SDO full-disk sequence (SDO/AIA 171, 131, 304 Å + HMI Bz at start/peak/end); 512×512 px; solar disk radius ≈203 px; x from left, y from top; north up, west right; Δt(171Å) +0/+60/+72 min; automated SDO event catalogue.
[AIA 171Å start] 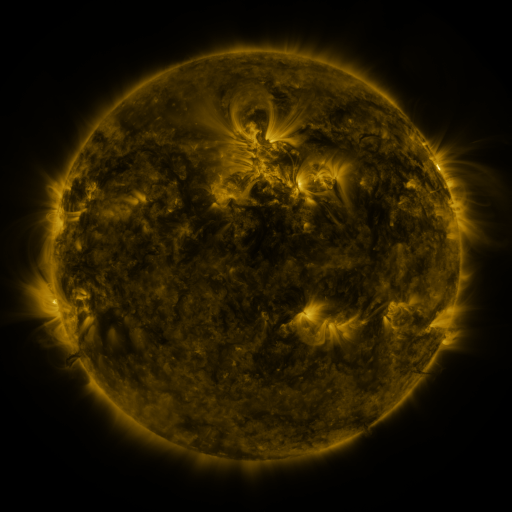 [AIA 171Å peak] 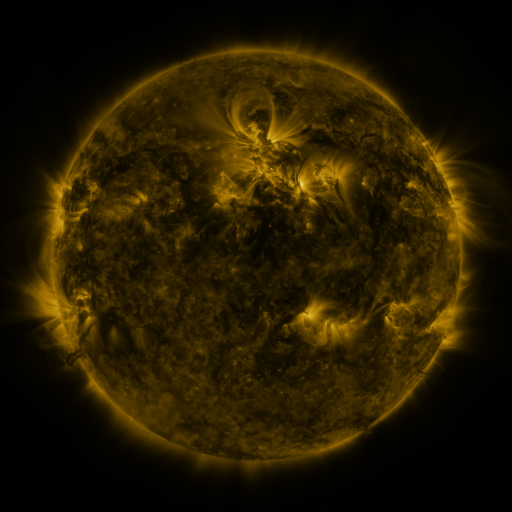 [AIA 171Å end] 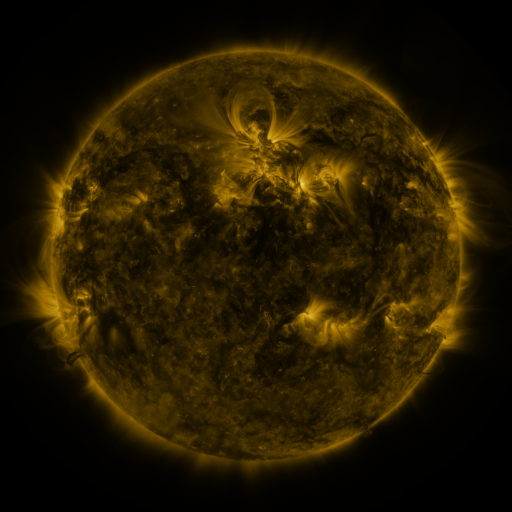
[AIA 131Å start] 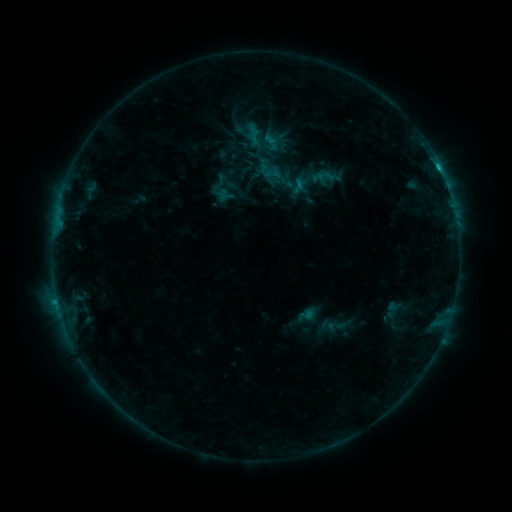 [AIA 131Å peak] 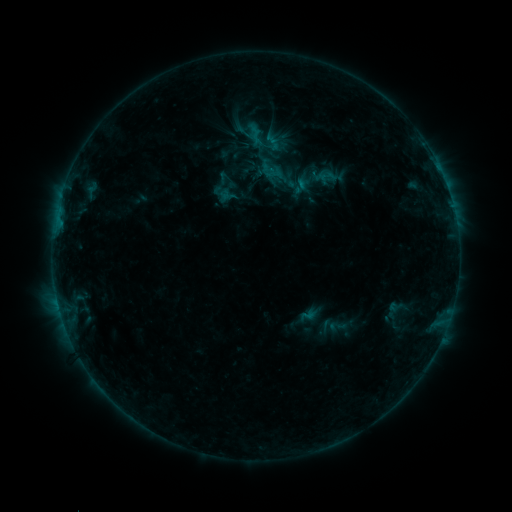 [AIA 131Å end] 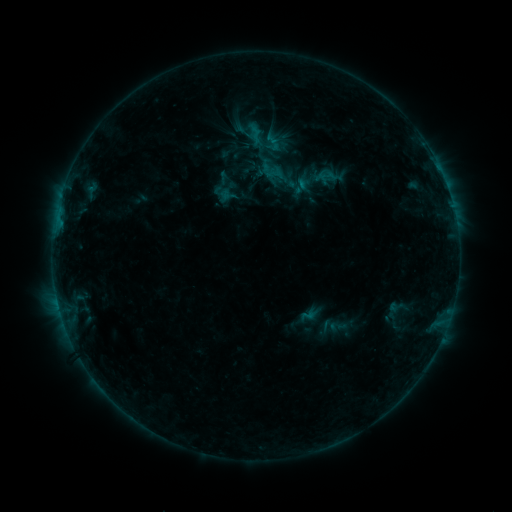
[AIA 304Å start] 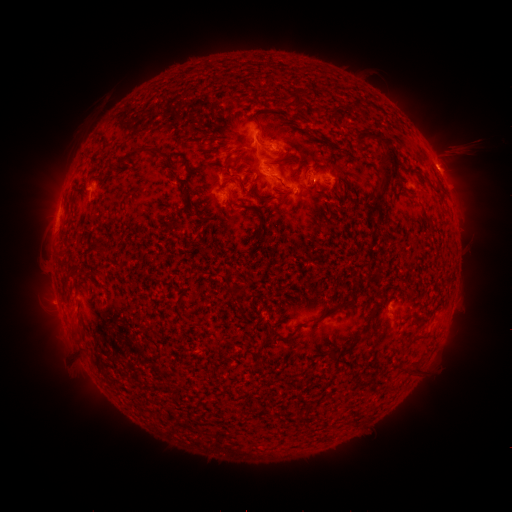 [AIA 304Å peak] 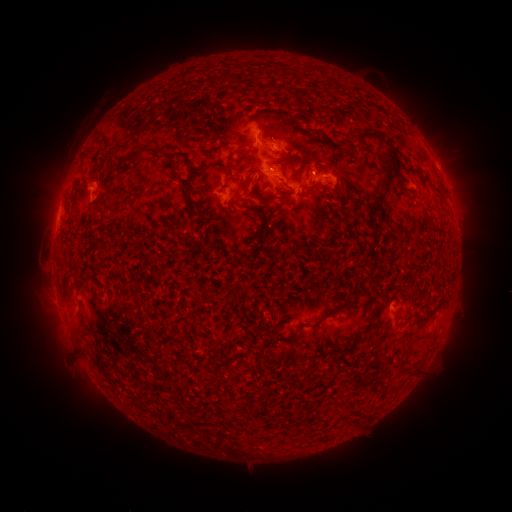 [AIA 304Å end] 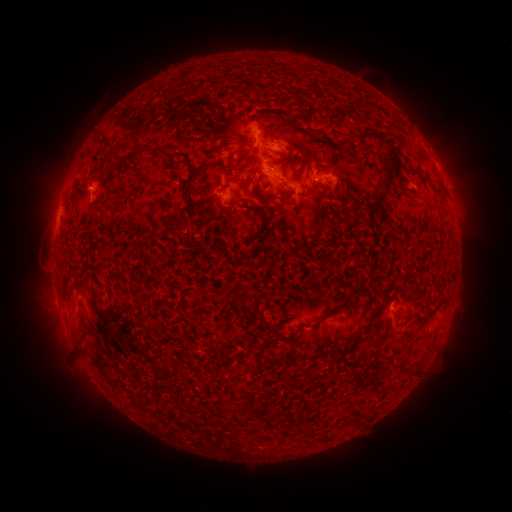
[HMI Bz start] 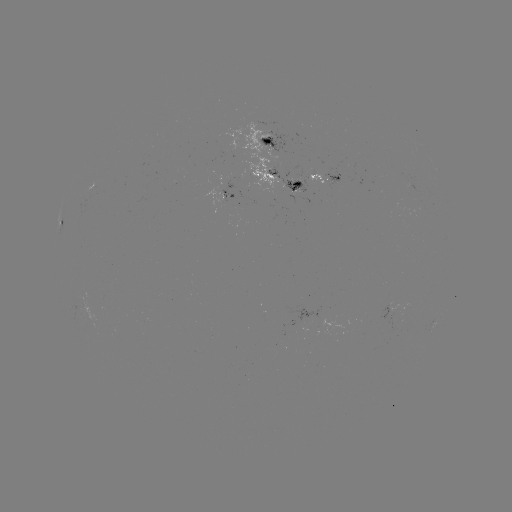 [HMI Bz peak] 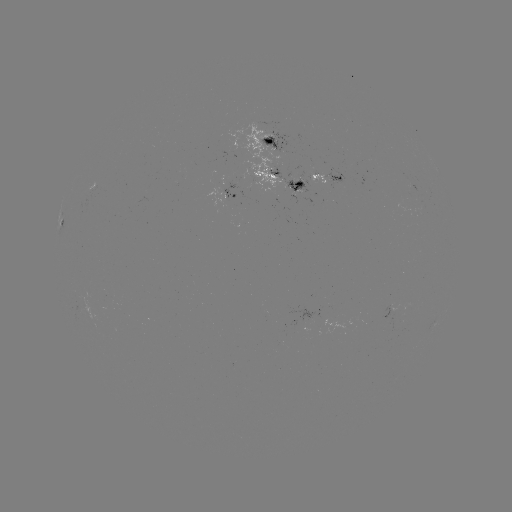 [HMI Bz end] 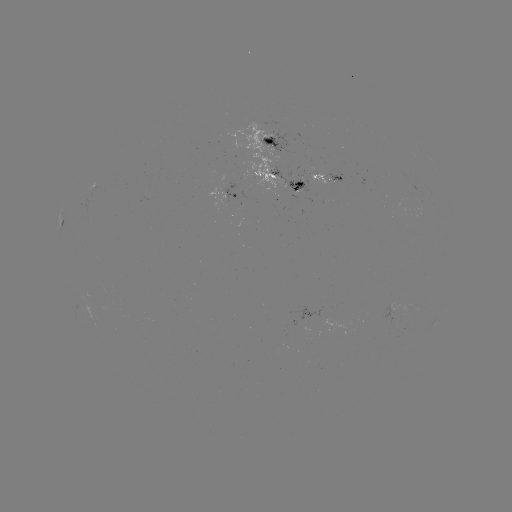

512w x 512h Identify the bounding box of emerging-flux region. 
[225, 121, 288, 198].